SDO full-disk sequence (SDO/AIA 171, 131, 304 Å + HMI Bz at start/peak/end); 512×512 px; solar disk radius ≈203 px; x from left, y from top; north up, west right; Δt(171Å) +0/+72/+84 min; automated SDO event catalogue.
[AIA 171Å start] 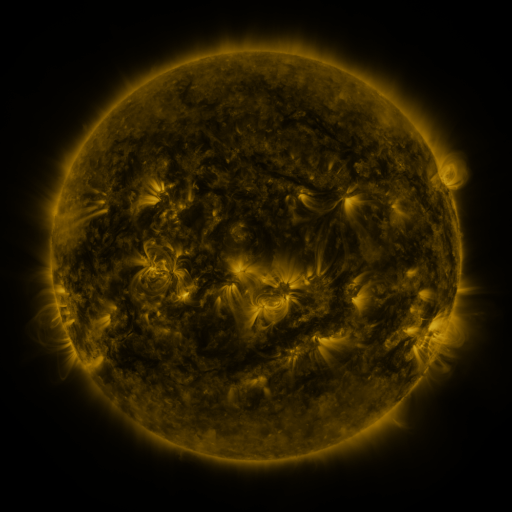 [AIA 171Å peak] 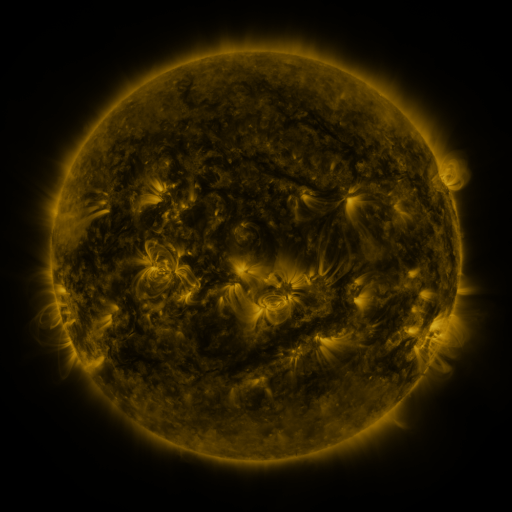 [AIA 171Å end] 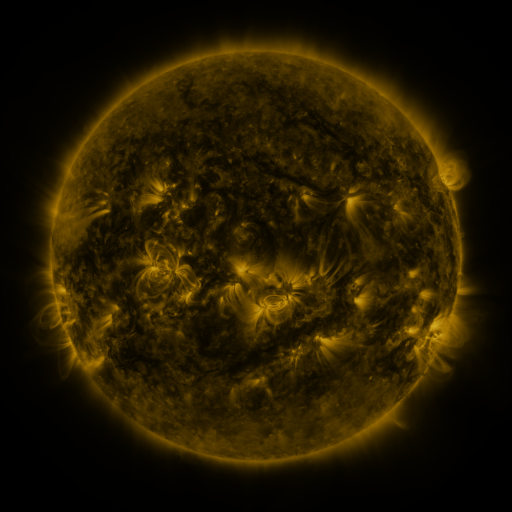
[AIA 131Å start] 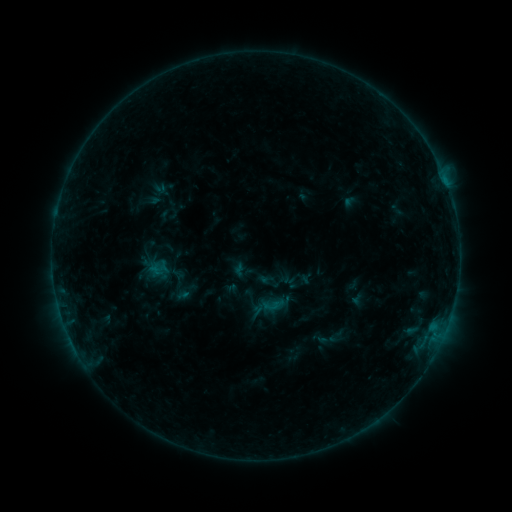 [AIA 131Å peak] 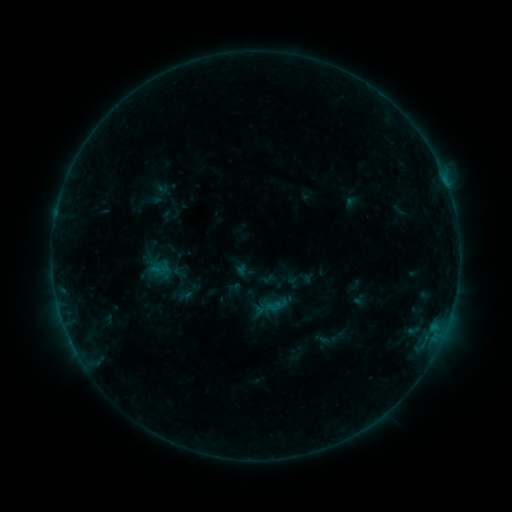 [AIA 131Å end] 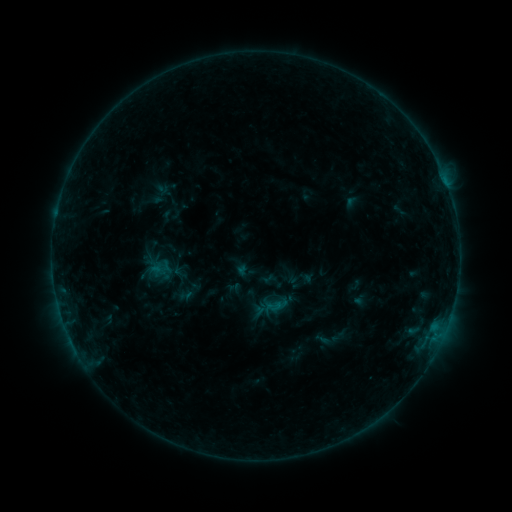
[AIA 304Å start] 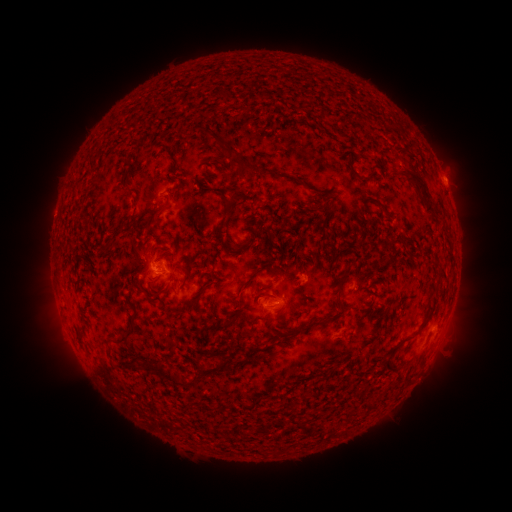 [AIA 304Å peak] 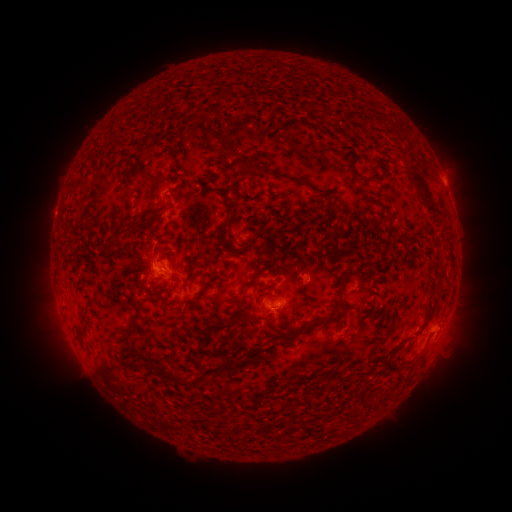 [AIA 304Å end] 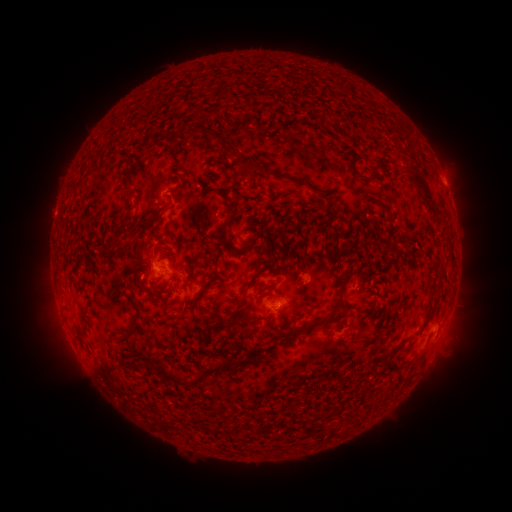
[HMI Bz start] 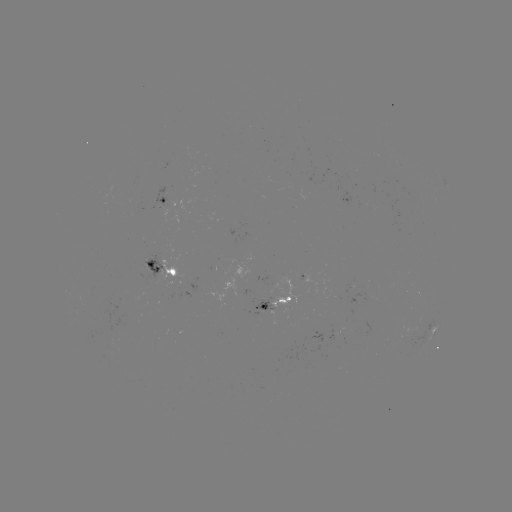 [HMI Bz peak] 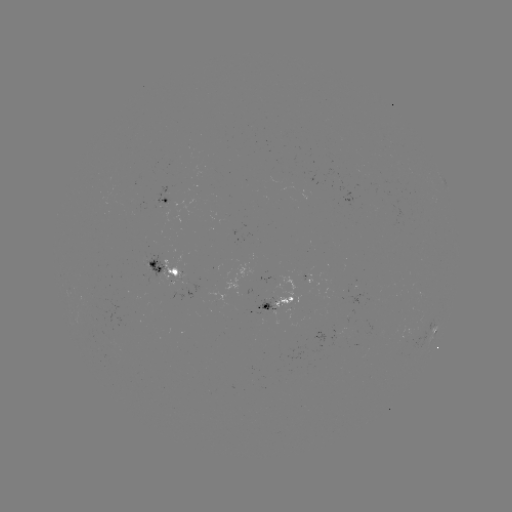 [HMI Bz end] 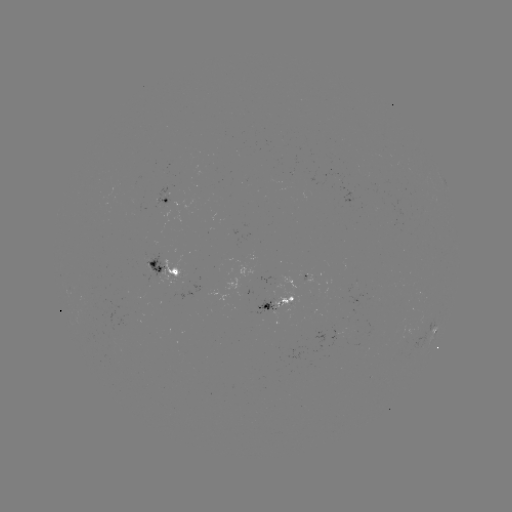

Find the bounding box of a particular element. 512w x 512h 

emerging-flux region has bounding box [273, 275, 305, 309].